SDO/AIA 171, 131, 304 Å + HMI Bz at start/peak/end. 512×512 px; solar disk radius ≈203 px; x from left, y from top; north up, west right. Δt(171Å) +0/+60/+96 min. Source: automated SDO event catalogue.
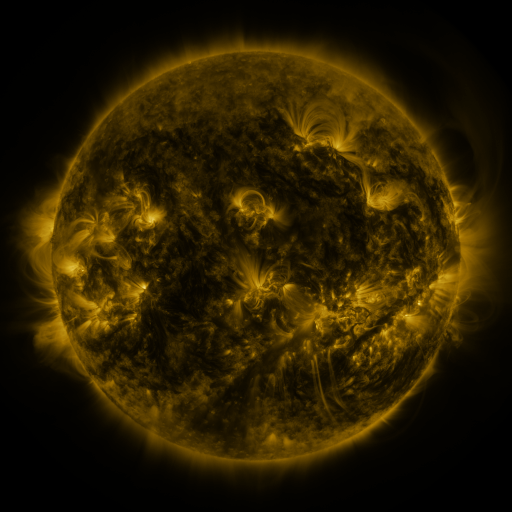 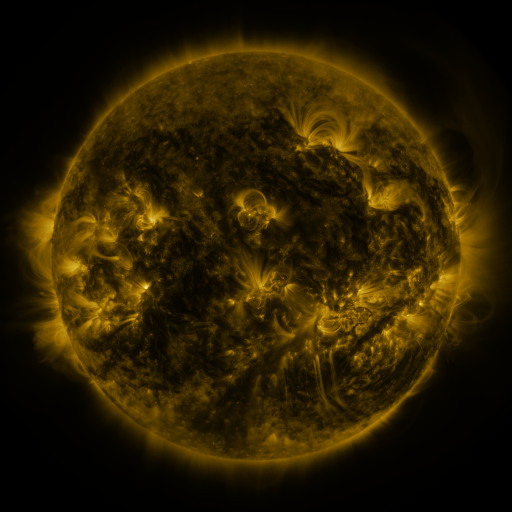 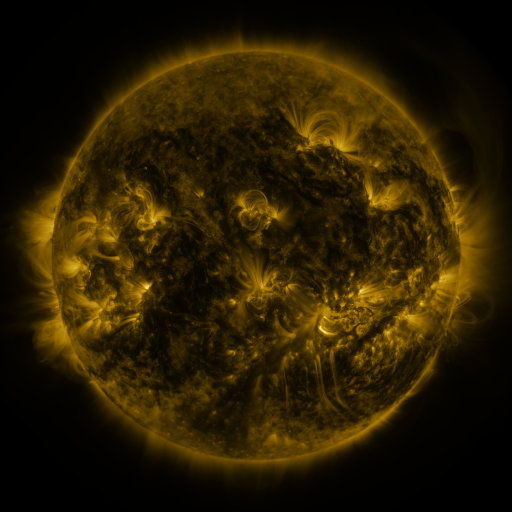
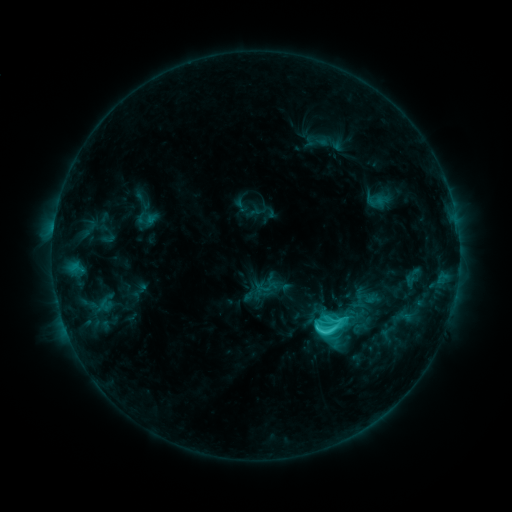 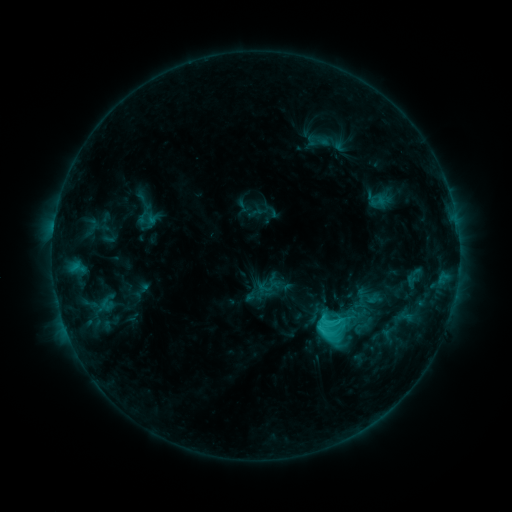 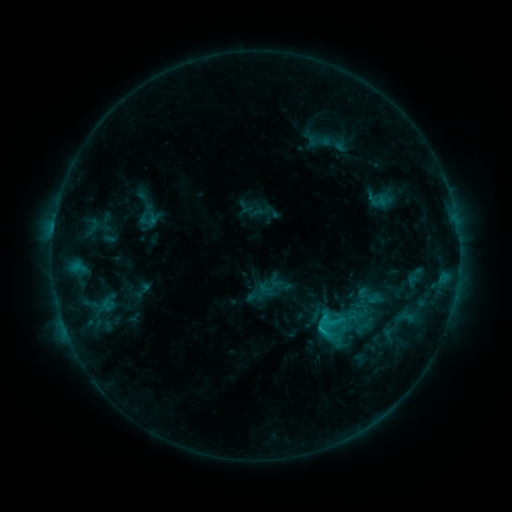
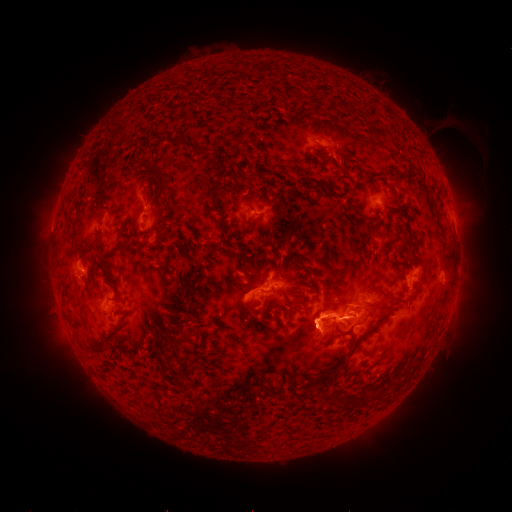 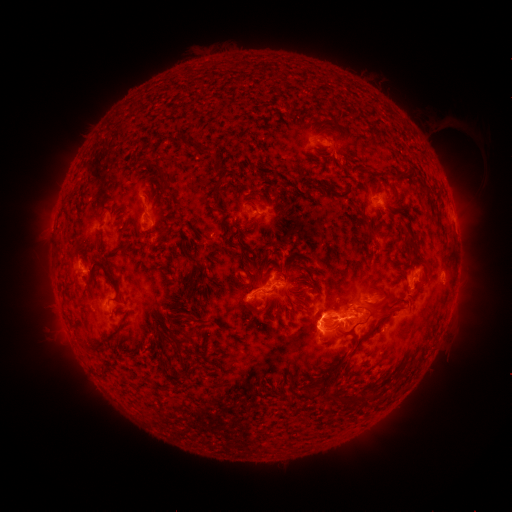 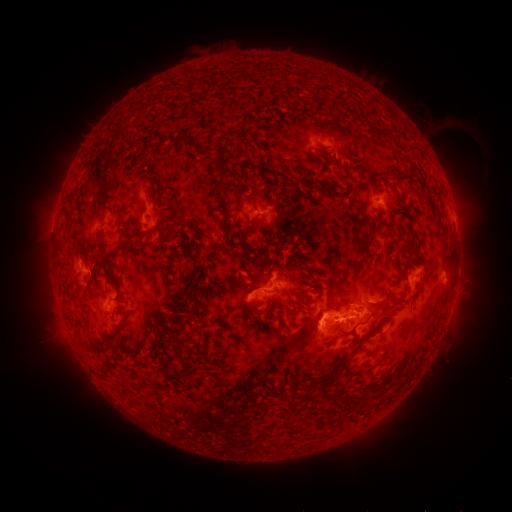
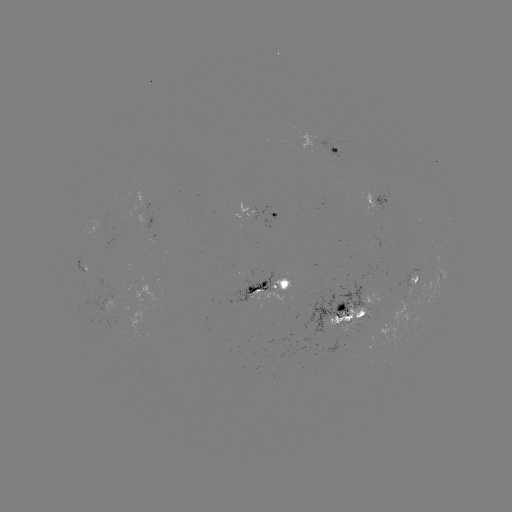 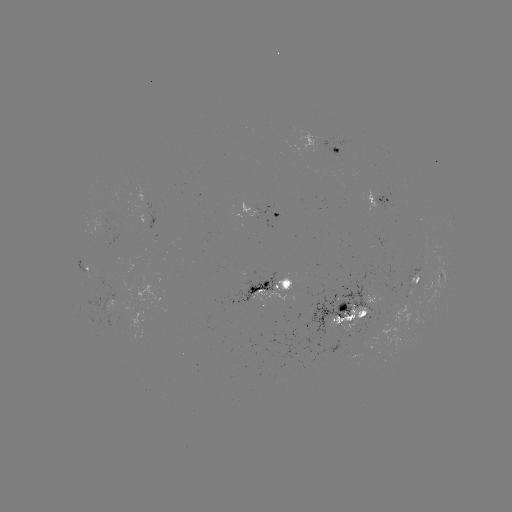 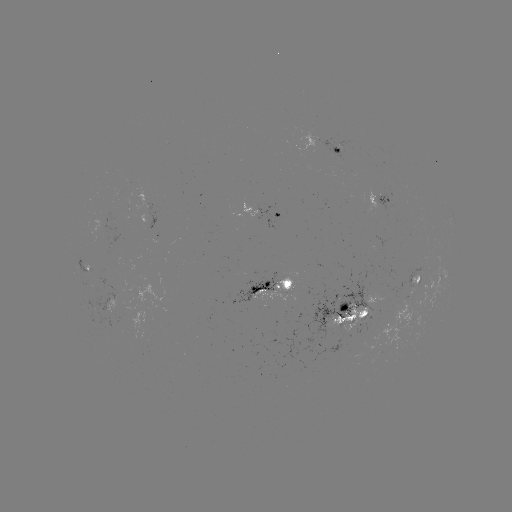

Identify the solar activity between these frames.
emerging-flux region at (88, 270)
